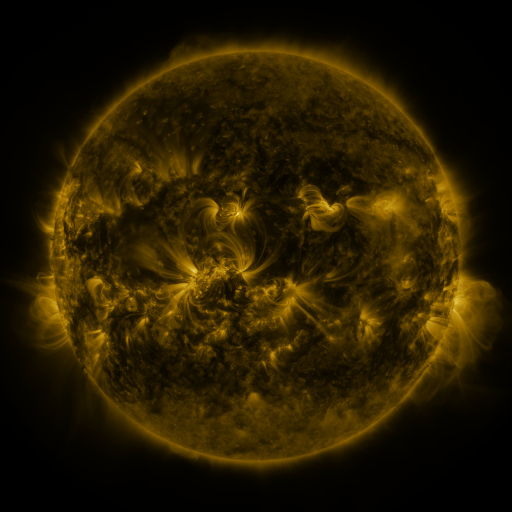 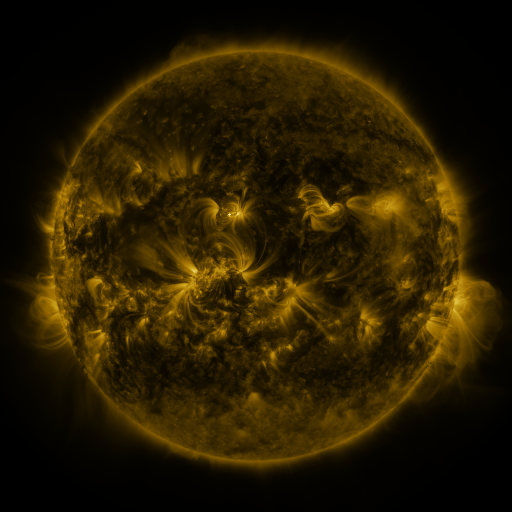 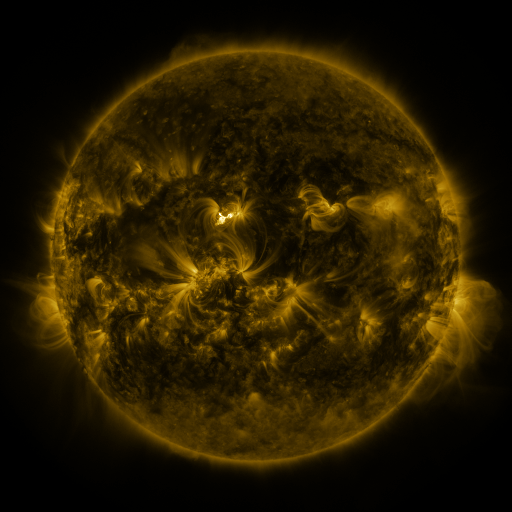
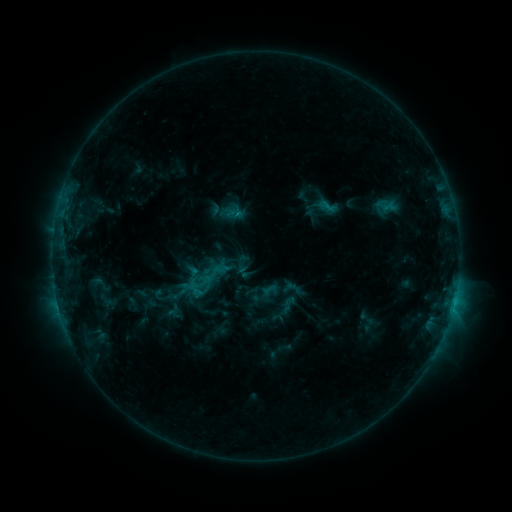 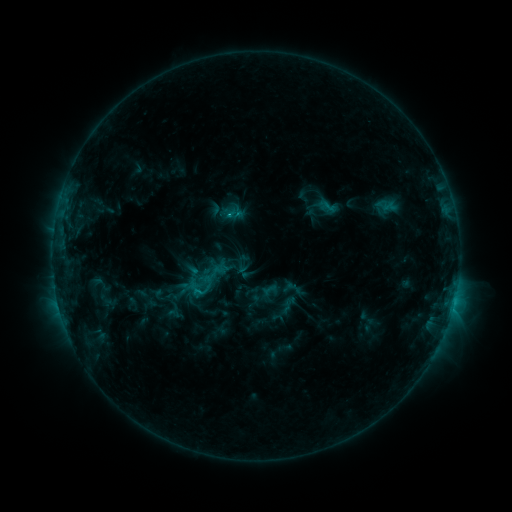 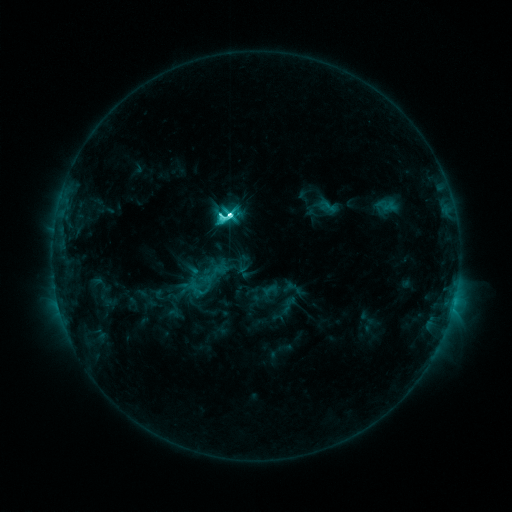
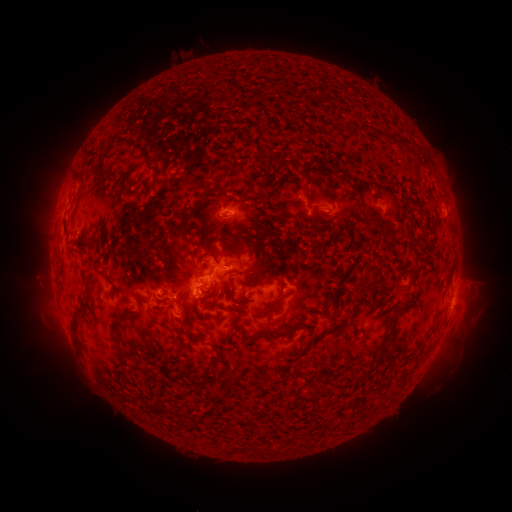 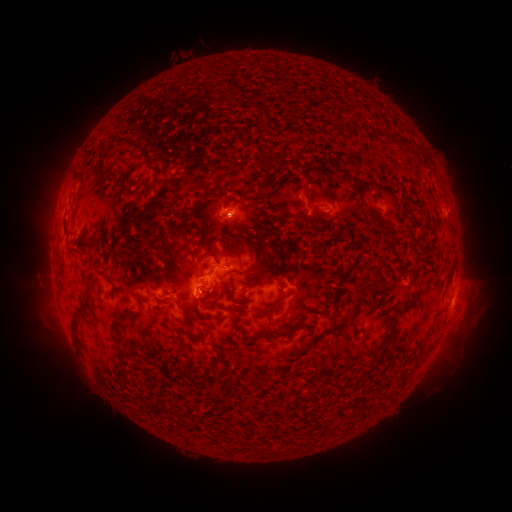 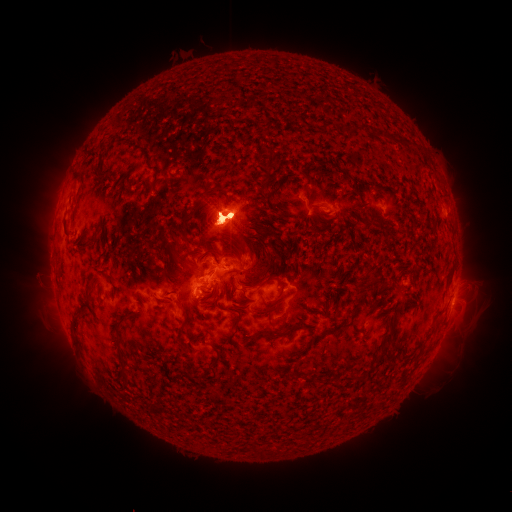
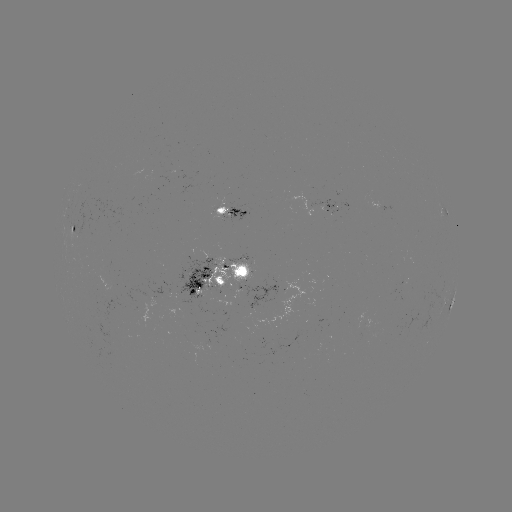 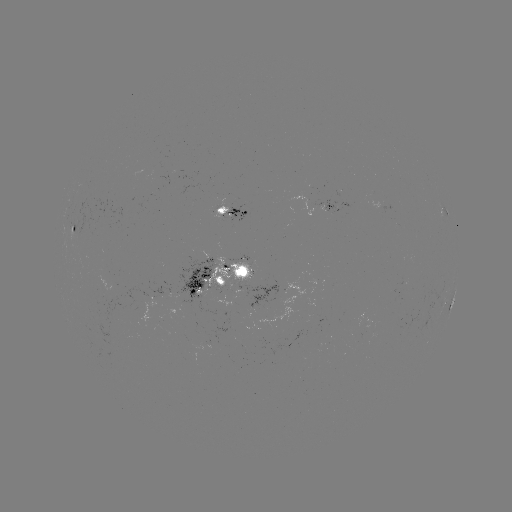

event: eruption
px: (45, 230)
